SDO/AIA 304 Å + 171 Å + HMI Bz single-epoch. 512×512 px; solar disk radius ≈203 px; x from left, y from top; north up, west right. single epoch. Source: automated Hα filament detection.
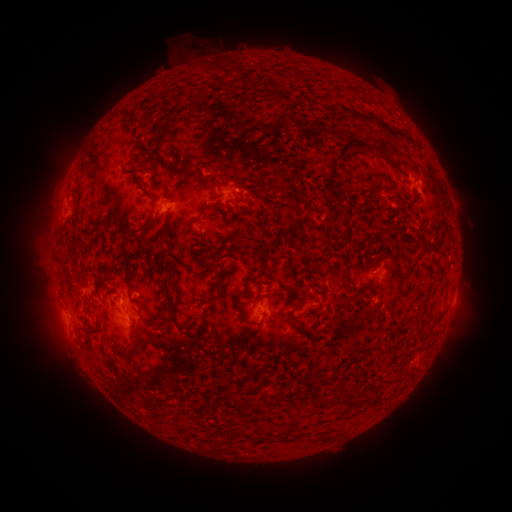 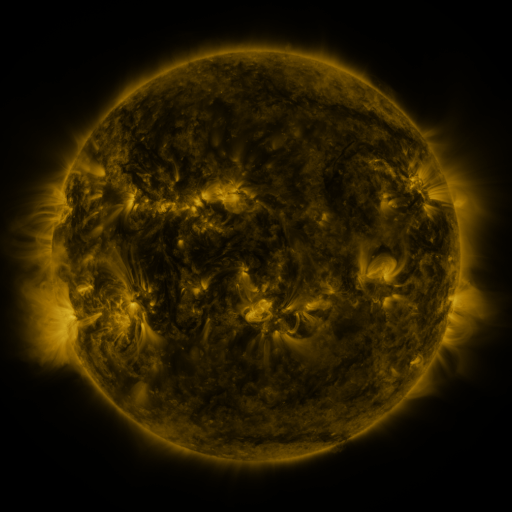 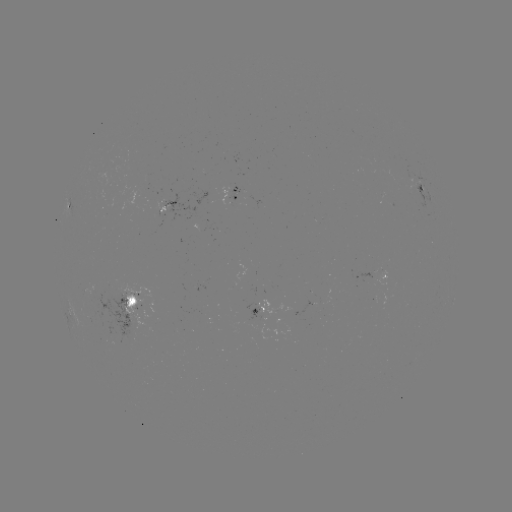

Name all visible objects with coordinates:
filament: (225, 76)
filament: (279, 99)
filament: (351, 113)
filament: (380, 123)
filament: (357, 143)
filament: (140, 164)
filament: (133, 178)
filament: (215, 178)
filament: (240, 196)
filament: (151, 200)
filament: (189, 229)
filament: (144, 230)
filament: (233, 249)
filament: (296, 249)
filament: (266, 257)
filament: (156, 266)
filament: (345, 273)
filament: (63, 286)
filament: (266, 295)
filament: (176, 297)
filament: (241, 313)
filament: (198, 328)
filament: (103, 352)
filament: (128, 357)
filament: (233, 363)
filament: (109, 367)
filament: (263, 369)
filament: (340, 393)
filament: (229, 394)
filament: (359, 399)
filament: (249, 404)
